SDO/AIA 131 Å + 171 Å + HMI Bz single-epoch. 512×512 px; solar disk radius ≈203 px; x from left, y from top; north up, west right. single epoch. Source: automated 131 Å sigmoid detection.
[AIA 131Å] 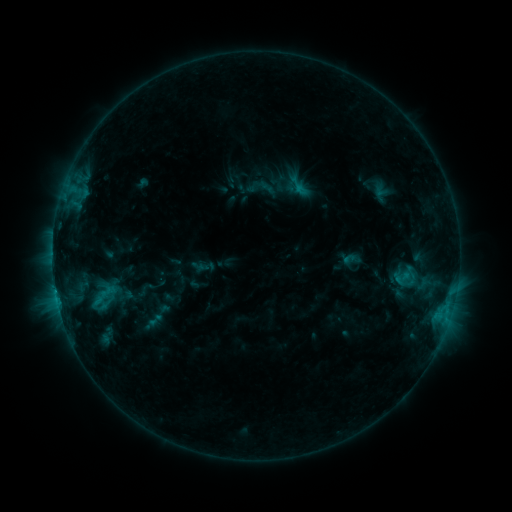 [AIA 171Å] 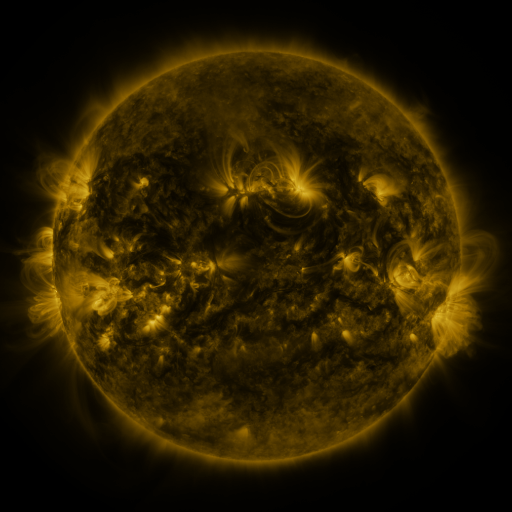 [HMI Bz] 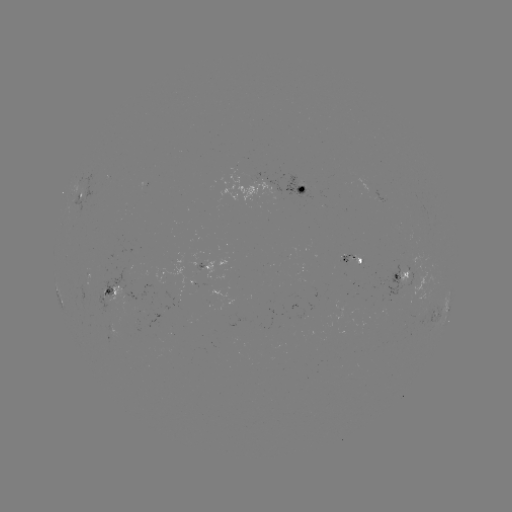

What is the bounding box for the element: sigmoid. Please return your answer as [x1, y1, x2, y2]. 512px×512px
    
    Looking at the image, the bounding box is [142, 311, 167, 329].